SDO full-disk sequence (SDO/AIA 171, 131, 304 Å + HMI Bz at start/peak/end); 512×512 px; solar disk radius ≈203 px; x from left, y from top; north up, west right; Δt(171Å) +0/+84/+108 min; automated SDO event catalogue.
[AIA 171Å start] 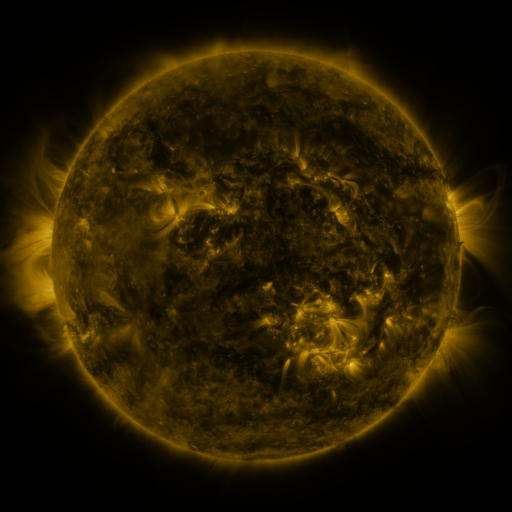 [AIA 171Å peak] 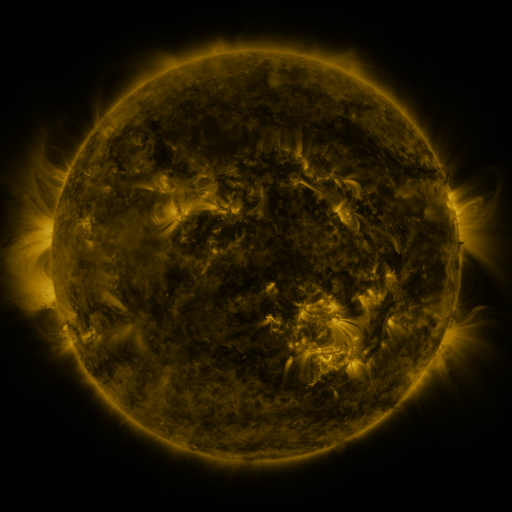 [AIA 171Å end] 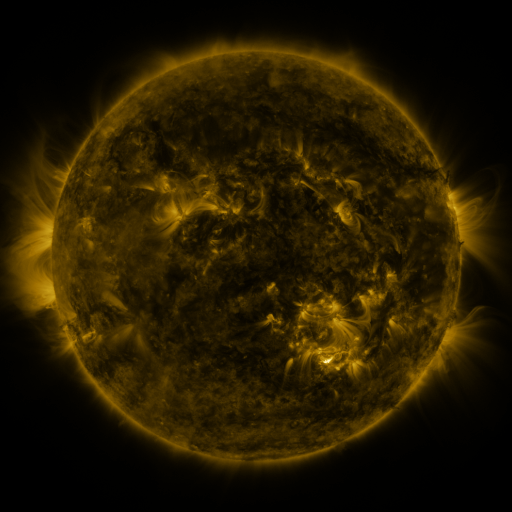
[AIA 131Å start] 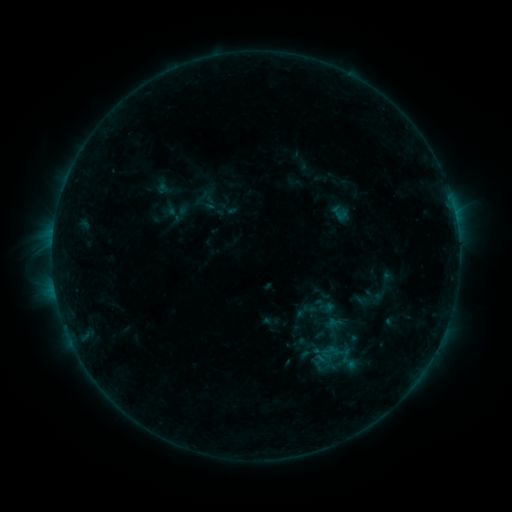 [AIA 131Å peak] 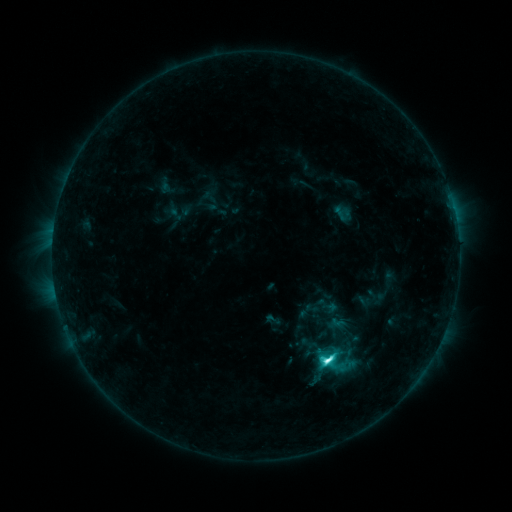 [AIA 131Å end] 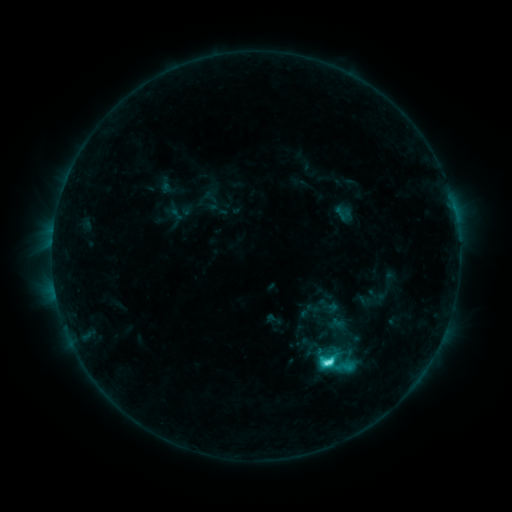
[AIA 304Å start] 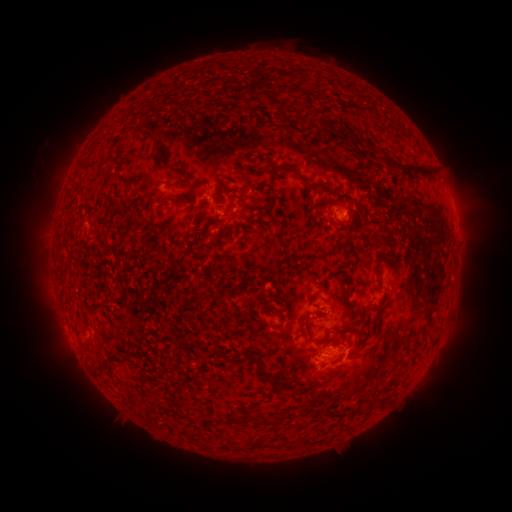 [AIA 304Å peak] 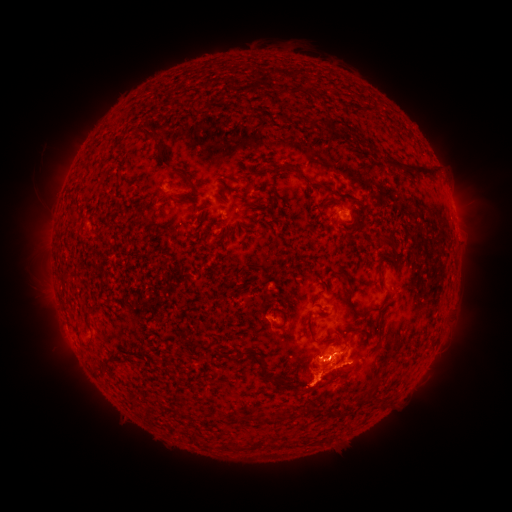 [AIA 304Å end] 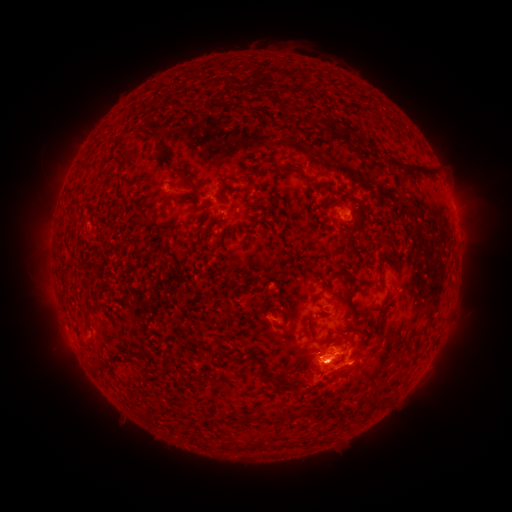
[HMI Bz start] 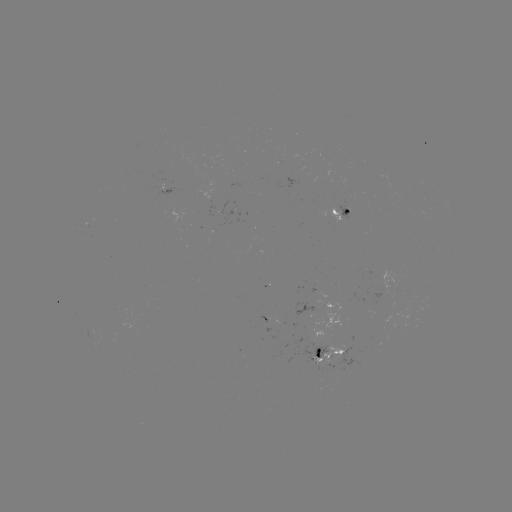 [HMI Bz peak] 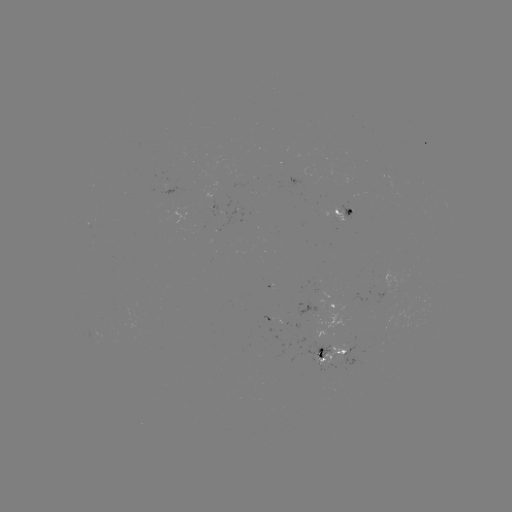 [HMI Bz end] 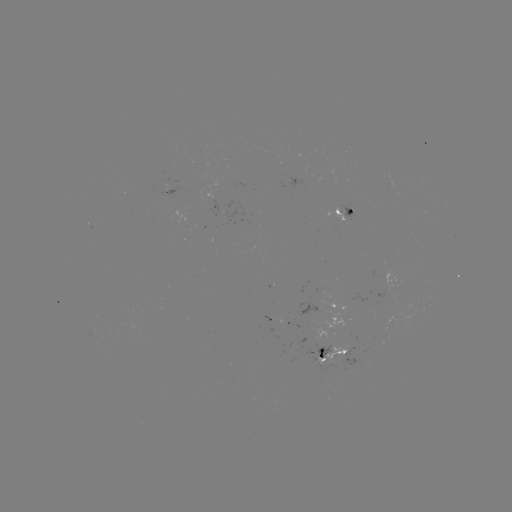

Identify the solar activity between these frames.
emerging-flux region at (334, 358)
